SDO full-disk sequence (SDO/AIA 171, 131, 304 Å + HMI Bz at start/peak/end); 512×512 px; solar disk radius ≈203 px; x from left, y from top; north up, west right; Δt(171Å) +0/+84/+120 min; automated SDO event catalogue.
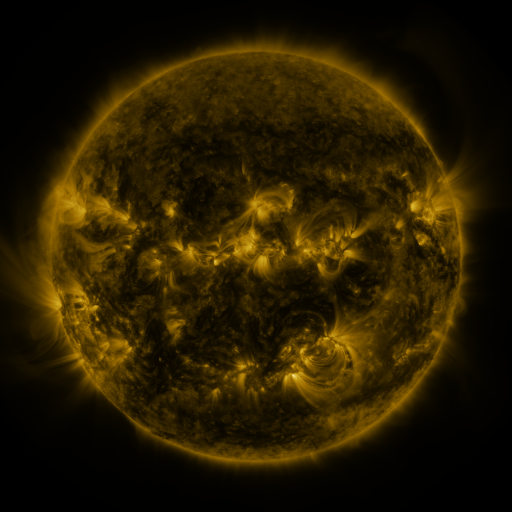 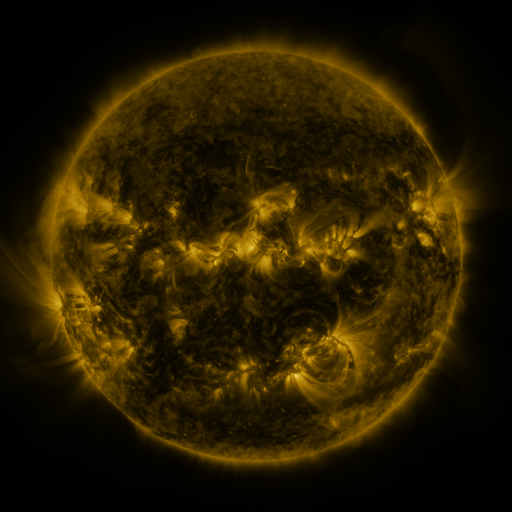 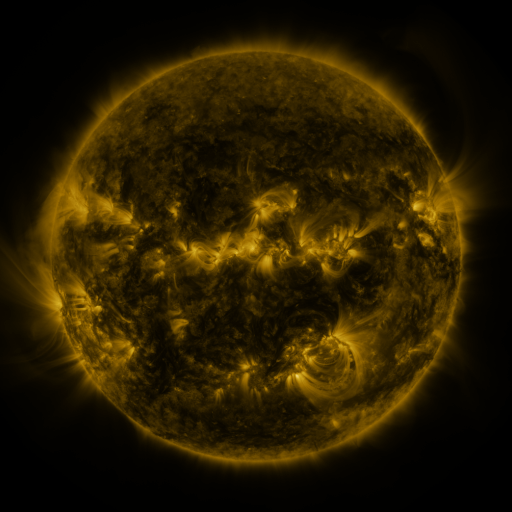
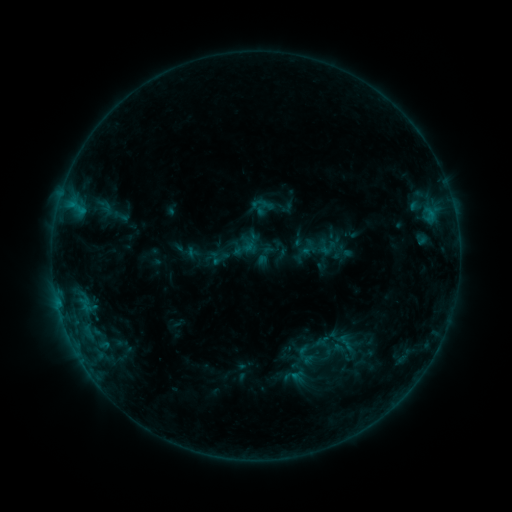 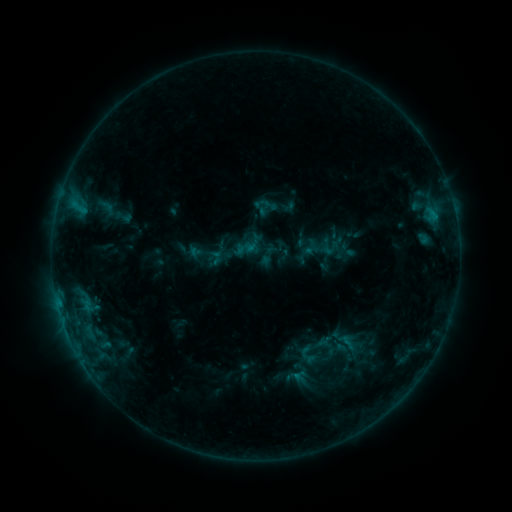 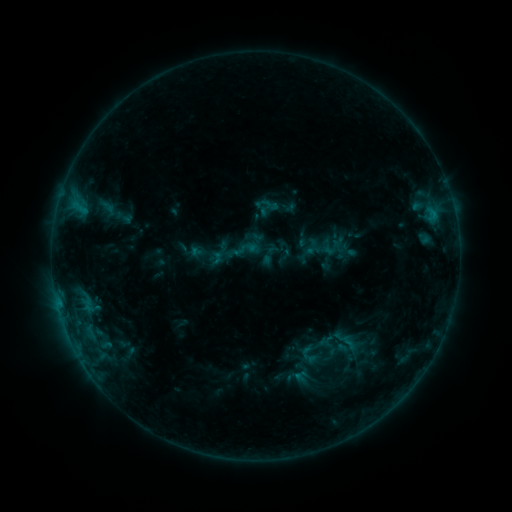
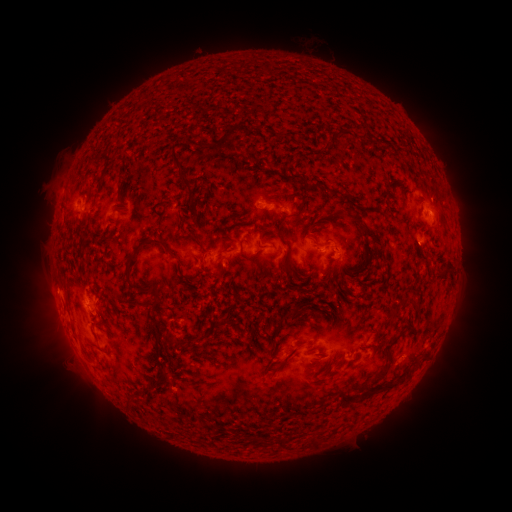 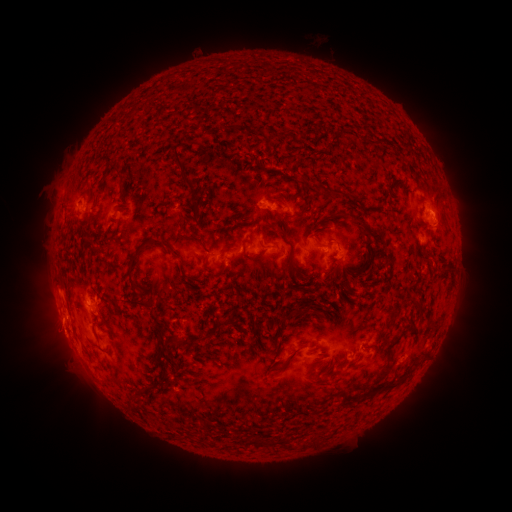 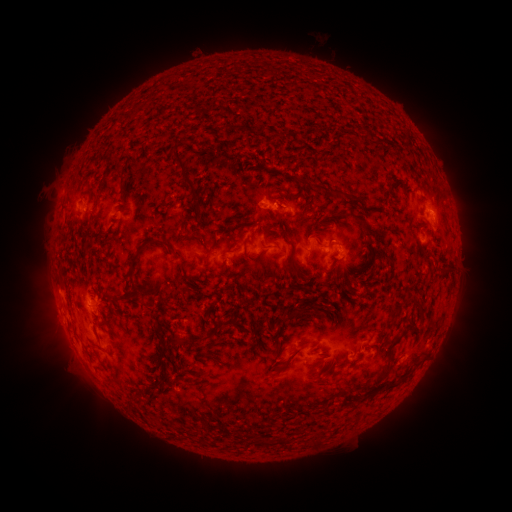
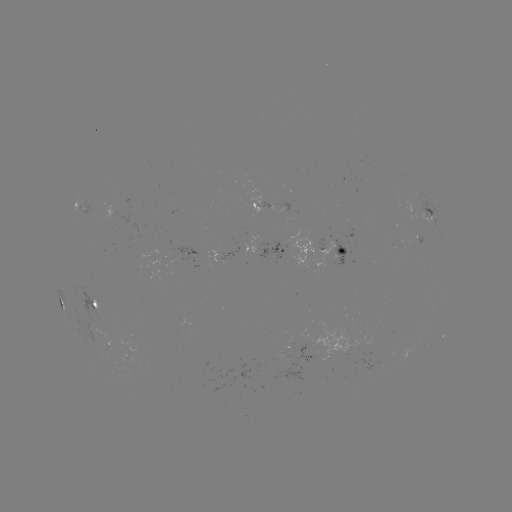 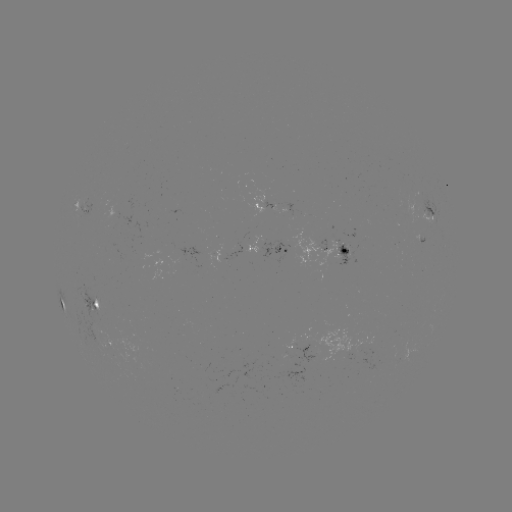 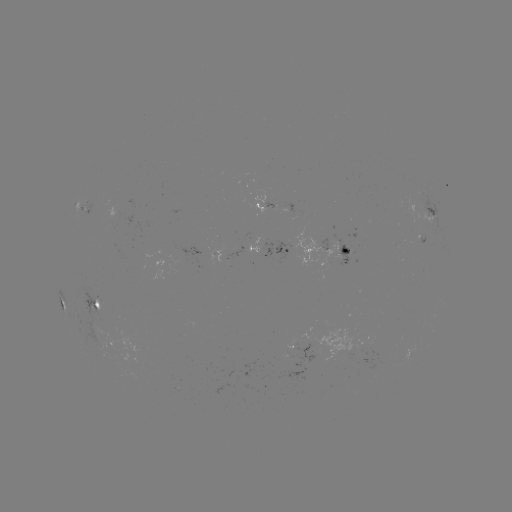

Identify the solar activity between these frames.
emerging-flux region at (411, 199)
